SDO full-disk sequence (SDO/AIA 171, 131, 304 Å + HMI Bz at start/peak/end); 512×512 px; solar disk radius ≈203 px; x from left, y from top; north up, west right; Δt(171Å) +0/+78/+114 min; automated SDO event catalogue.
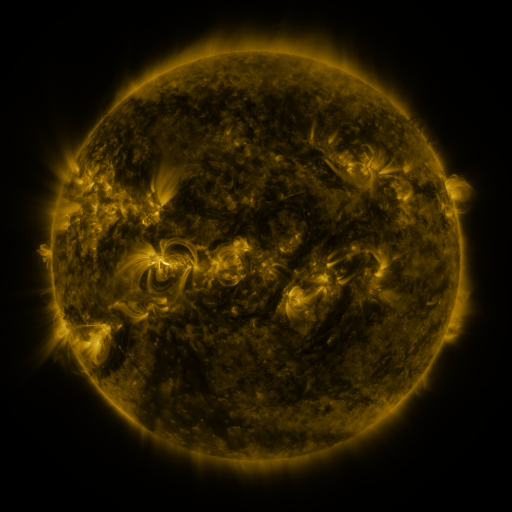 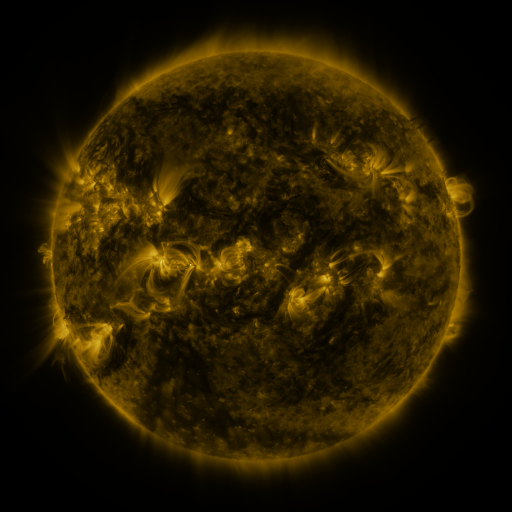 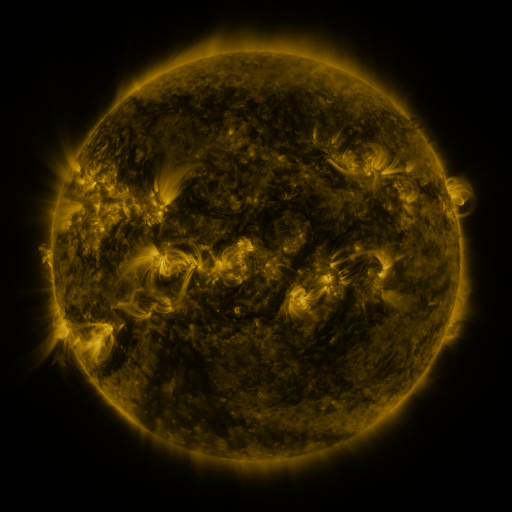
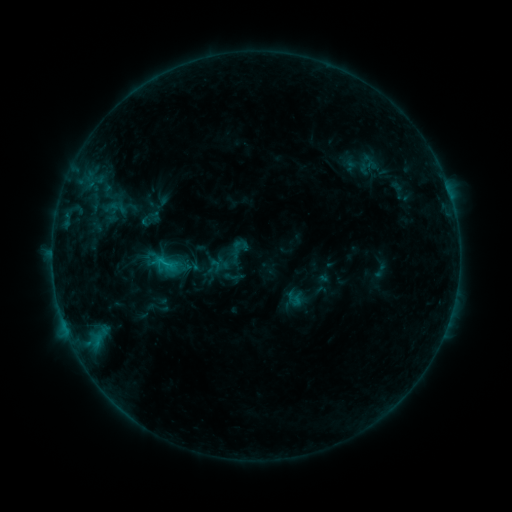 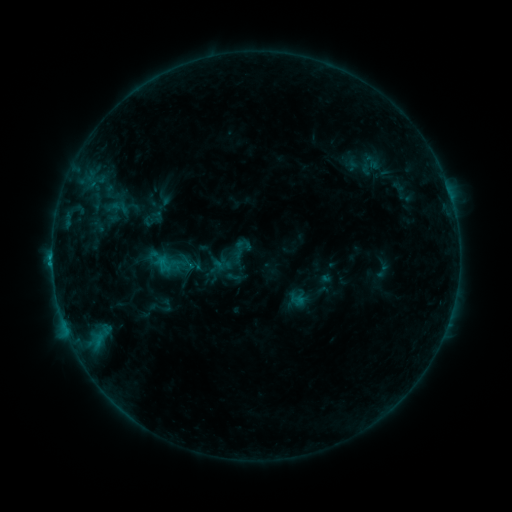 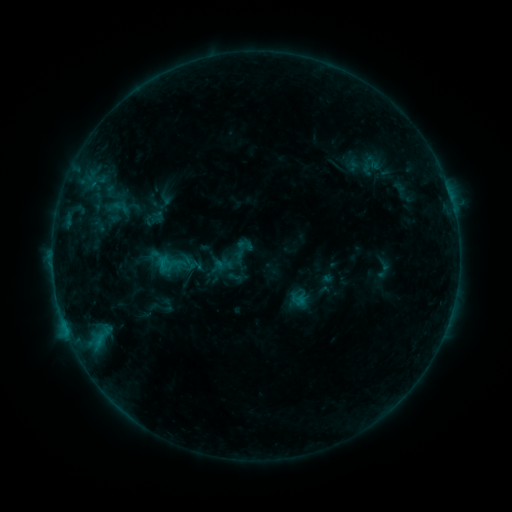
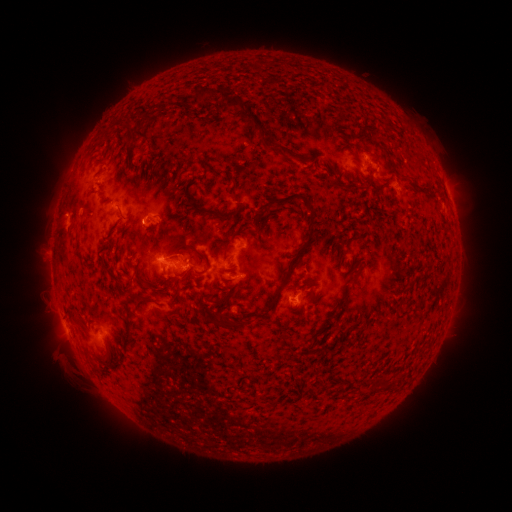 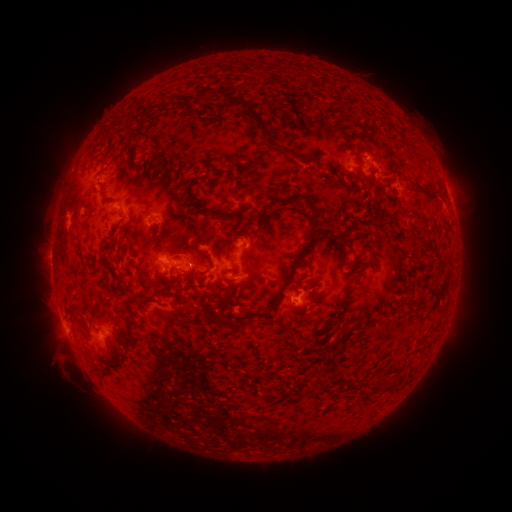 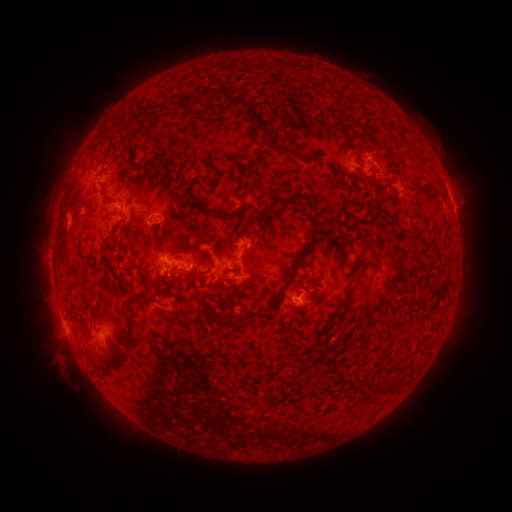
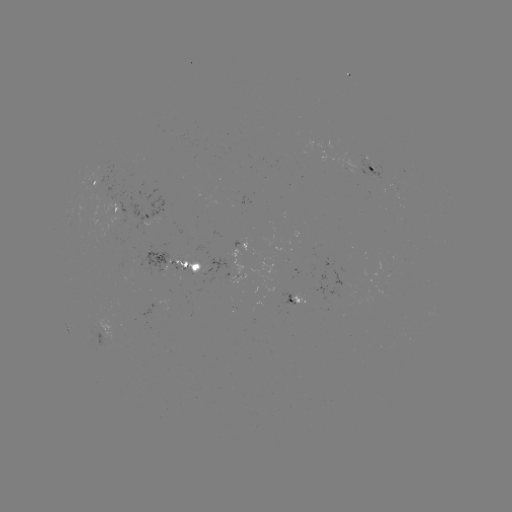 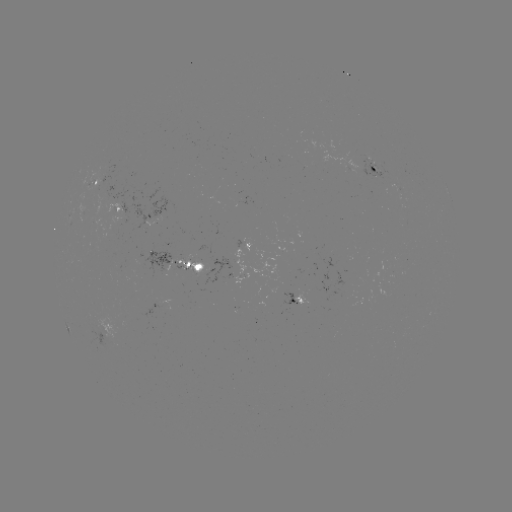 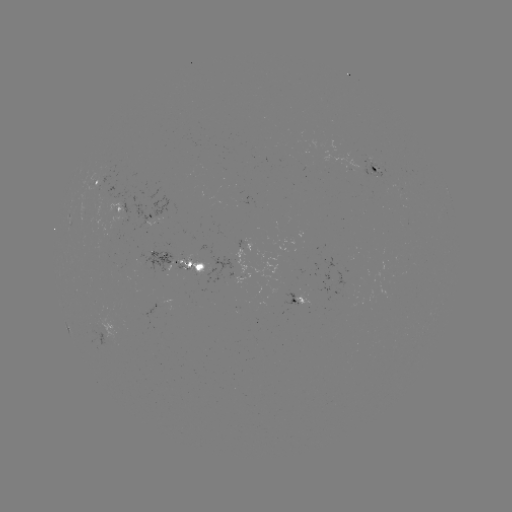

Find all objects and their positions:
emerging-flux region: (192, 263)
